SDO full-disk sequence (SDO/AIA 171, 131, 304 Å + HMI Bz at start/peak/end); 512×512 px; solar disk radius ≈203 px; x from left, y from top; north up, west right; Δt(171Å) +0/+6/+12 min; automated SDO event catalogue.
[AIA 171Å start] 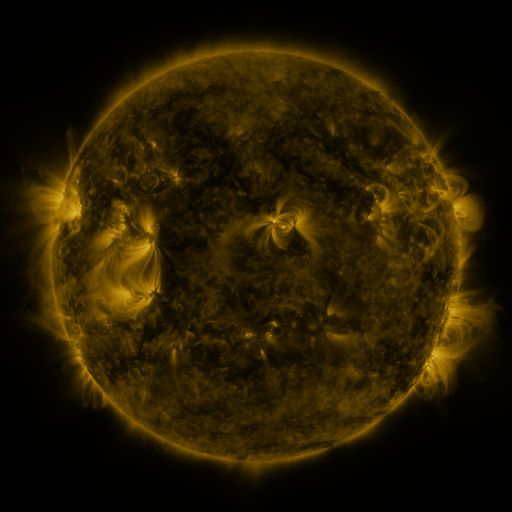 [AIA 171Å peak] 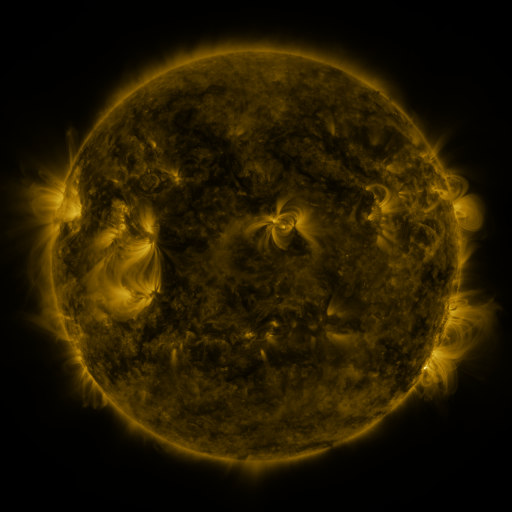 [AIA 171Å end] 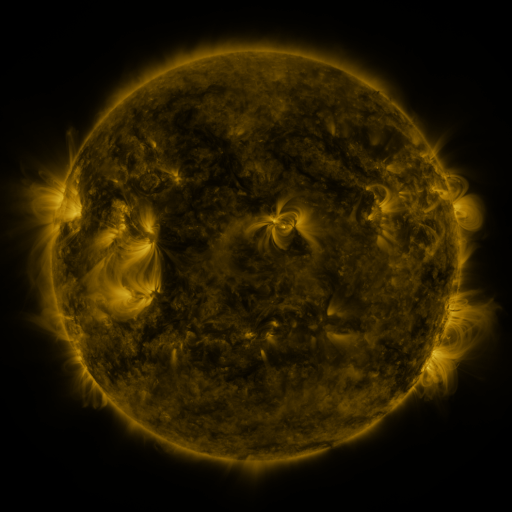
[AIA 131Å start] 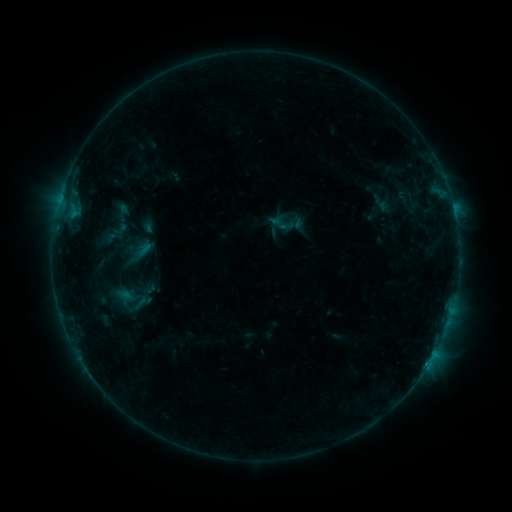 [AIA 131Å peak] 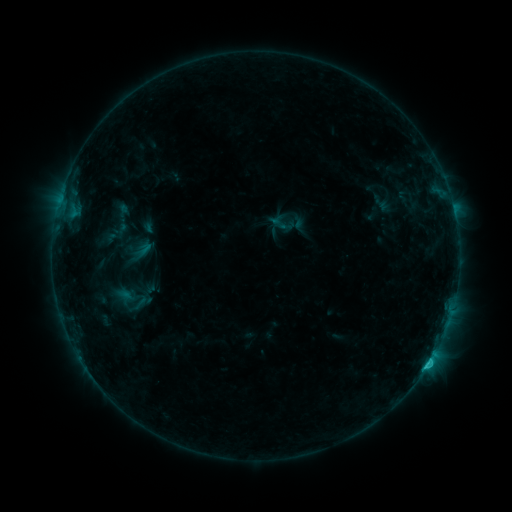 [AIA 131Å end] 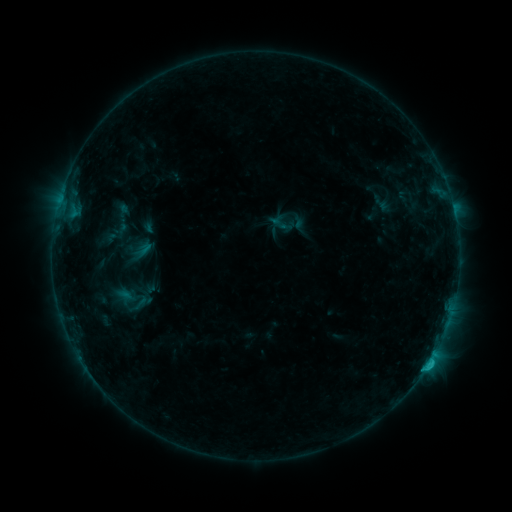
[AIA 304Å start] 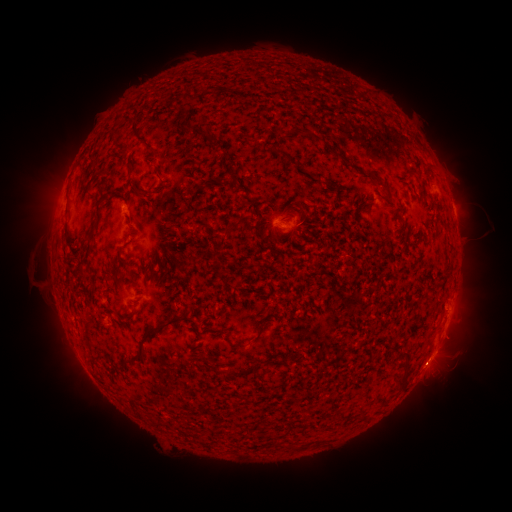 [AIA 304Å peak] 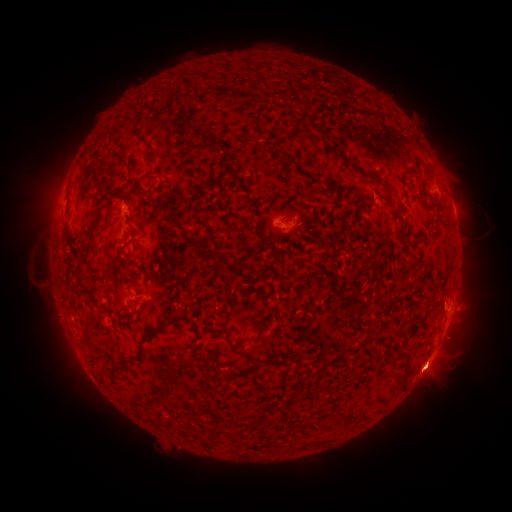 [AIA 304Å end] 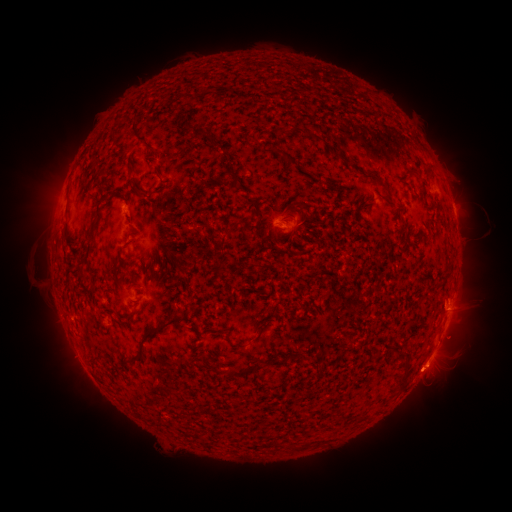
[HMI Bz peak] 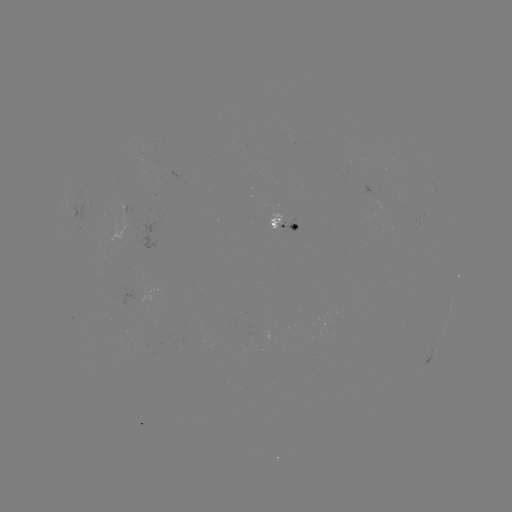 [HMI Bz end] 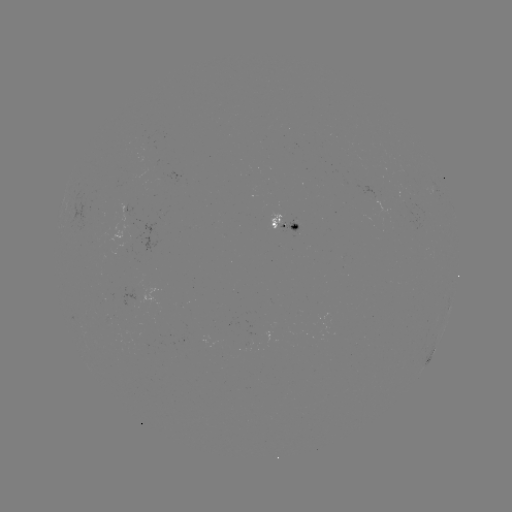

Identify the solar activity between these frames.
eruption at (432, 373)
